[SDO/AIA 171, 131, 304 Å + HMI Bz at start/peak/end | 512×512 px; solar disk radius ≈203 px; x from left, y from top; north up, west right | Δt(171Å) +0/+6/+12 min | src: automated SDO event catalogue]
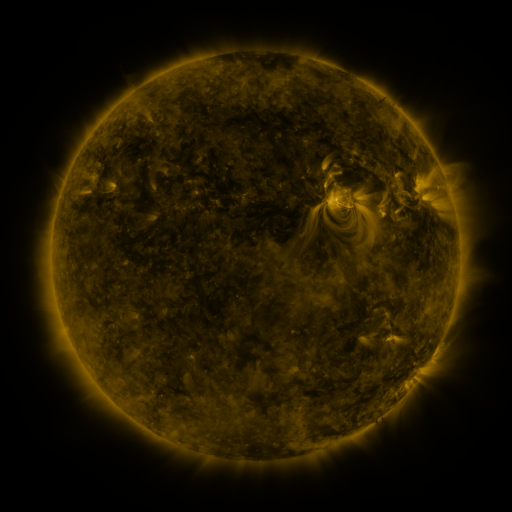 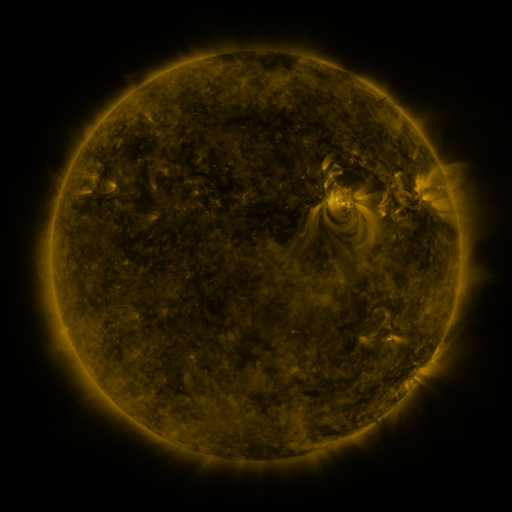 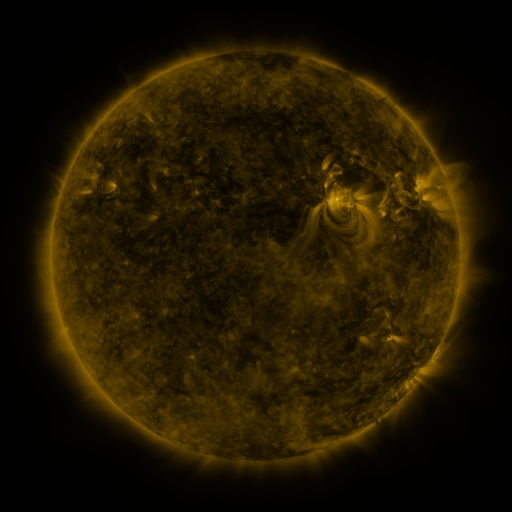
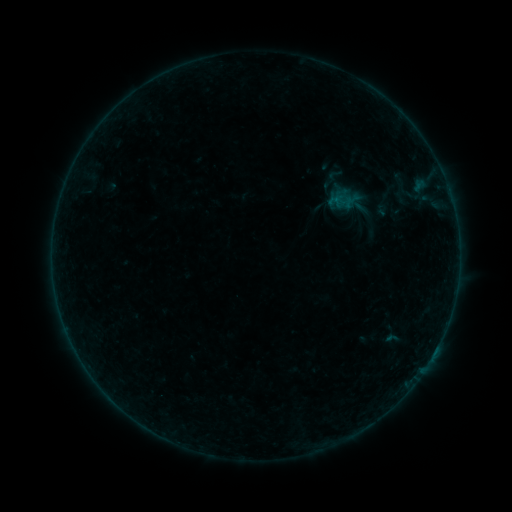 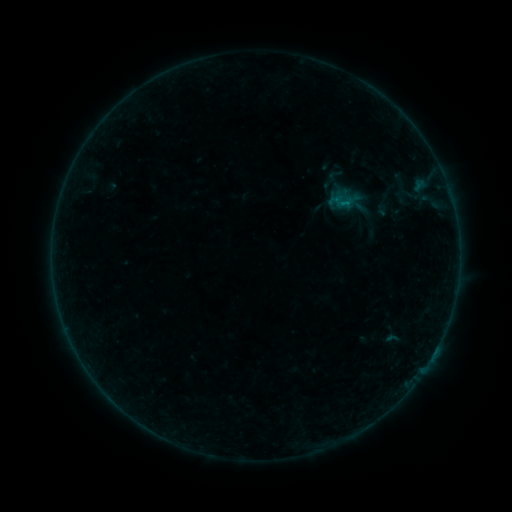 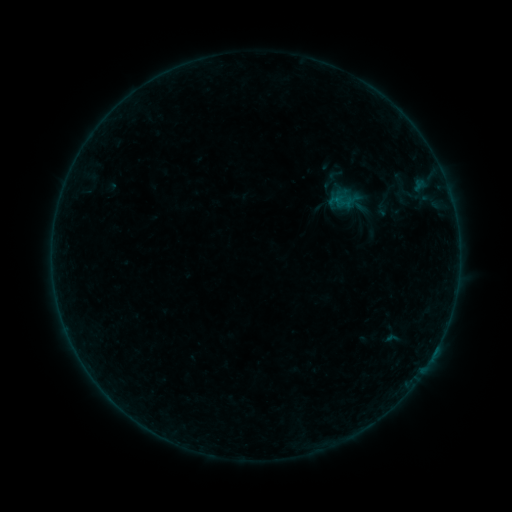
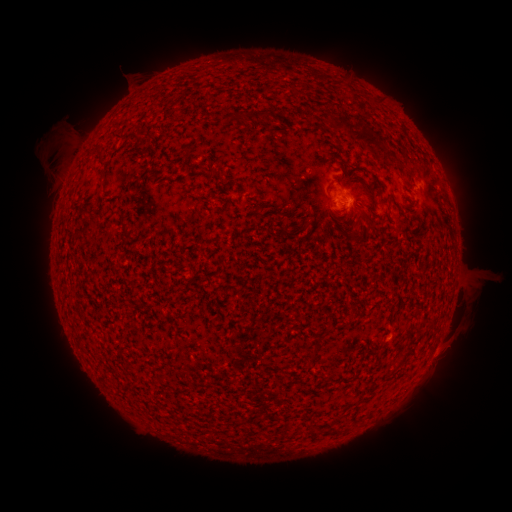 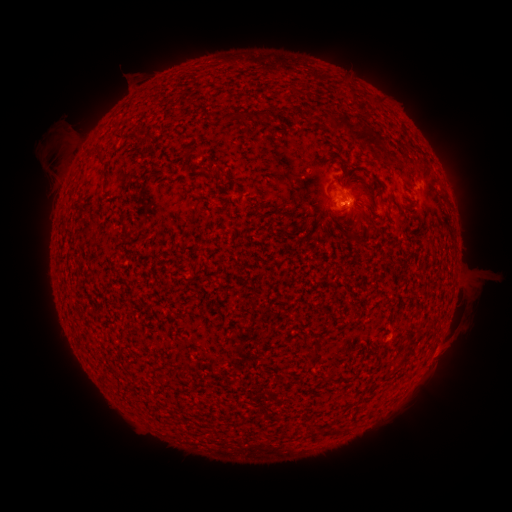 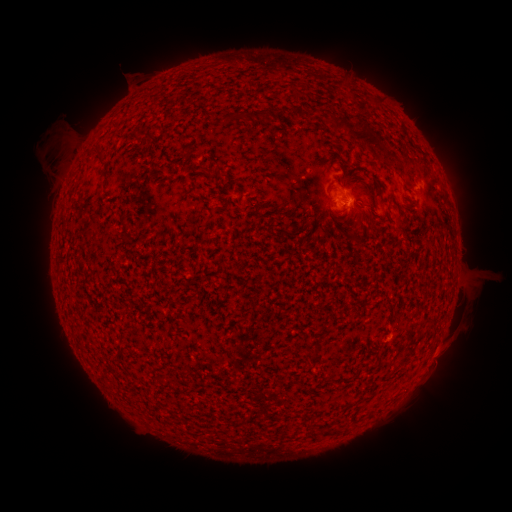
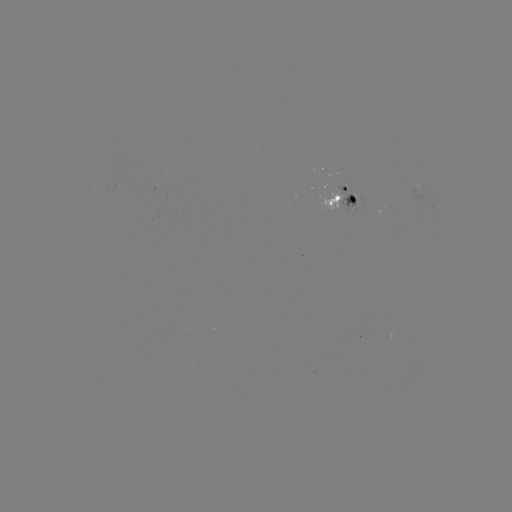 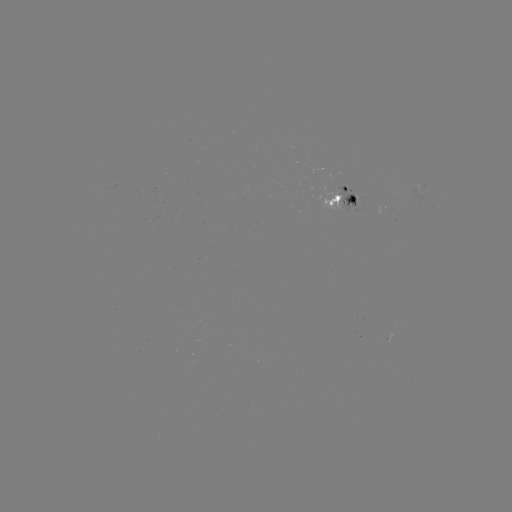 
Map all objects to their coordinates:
B1.8 flare: (347, 207)
